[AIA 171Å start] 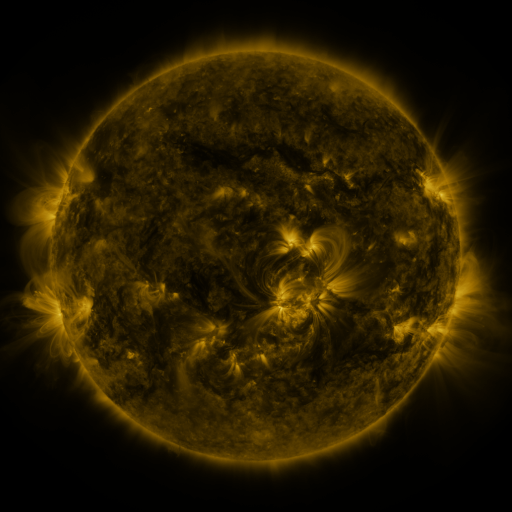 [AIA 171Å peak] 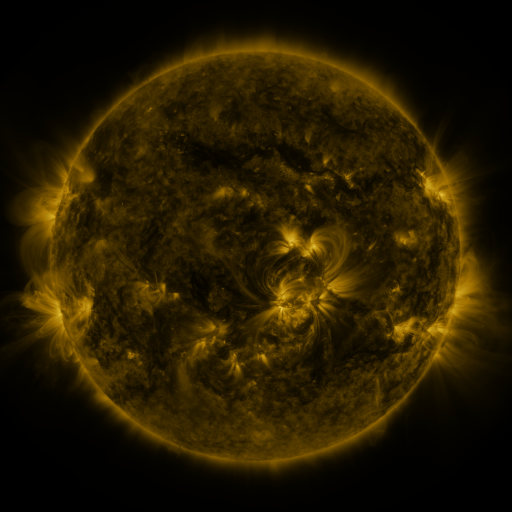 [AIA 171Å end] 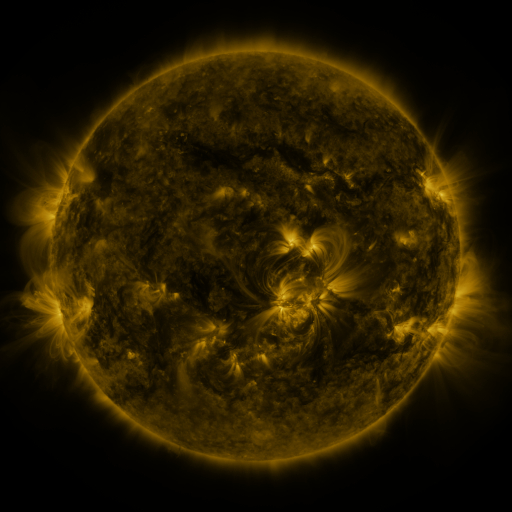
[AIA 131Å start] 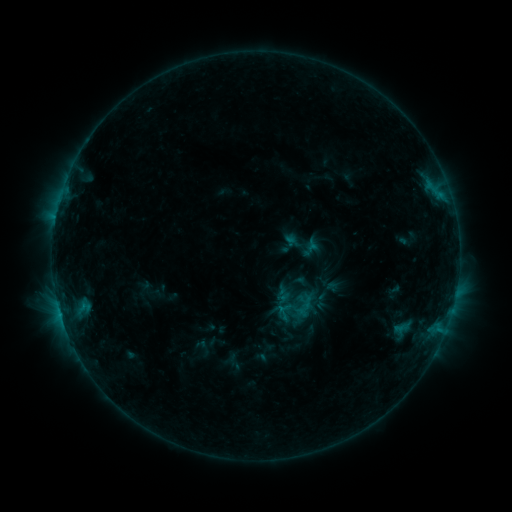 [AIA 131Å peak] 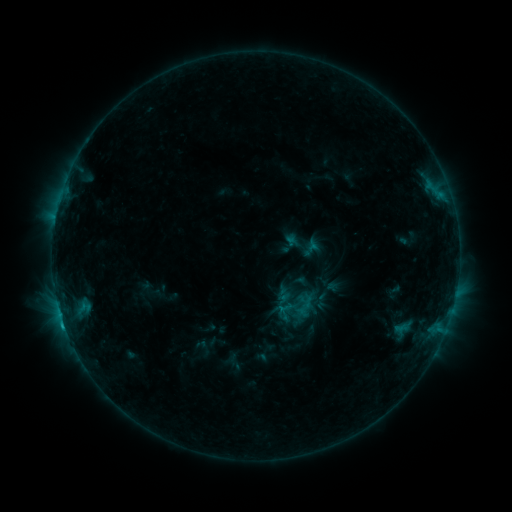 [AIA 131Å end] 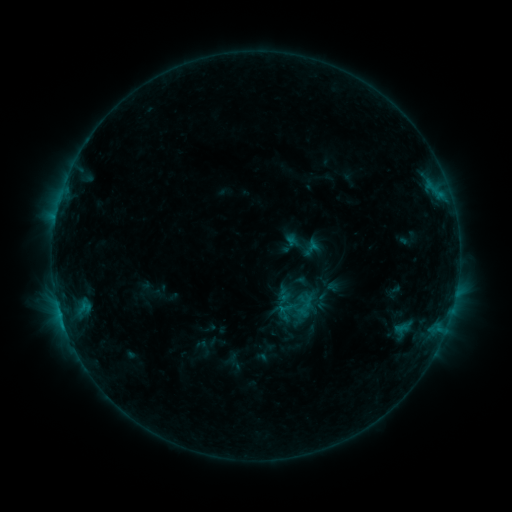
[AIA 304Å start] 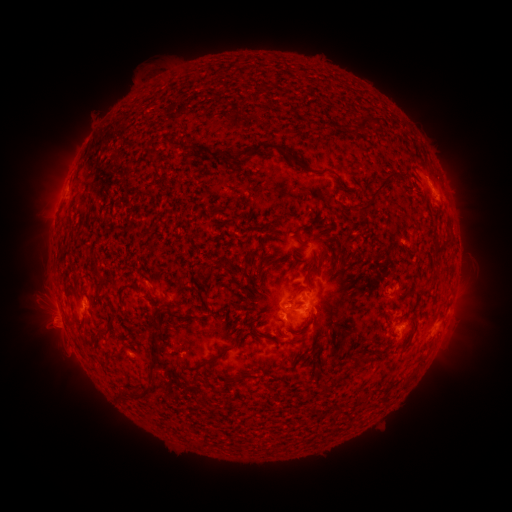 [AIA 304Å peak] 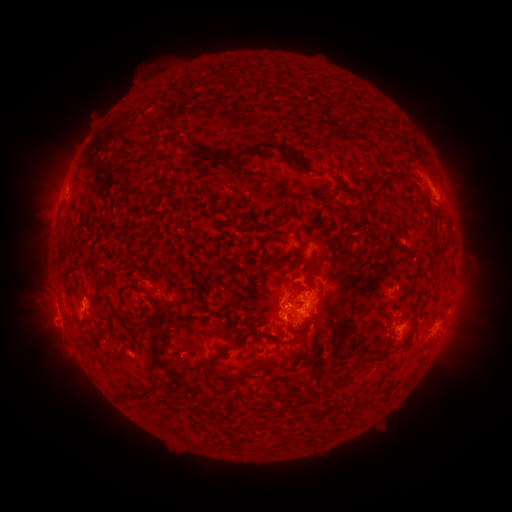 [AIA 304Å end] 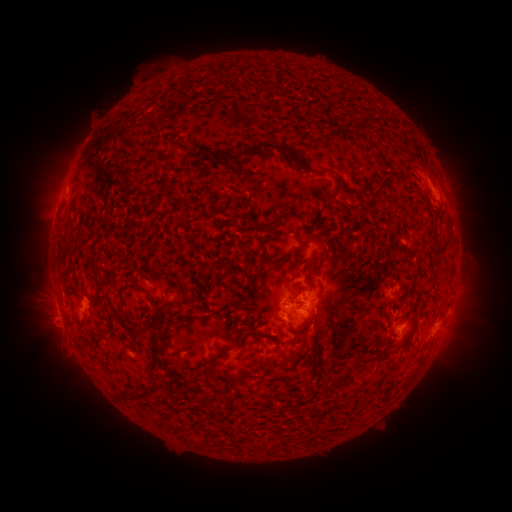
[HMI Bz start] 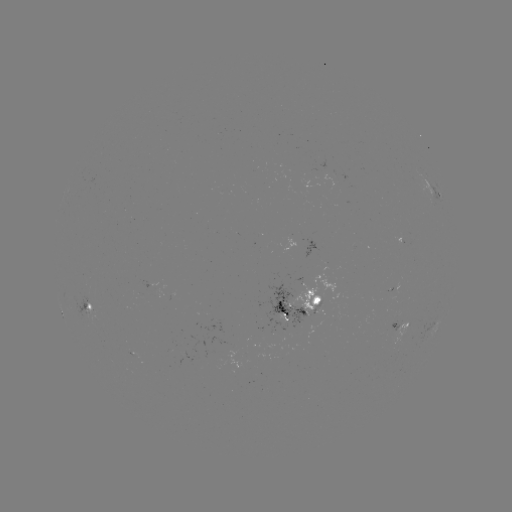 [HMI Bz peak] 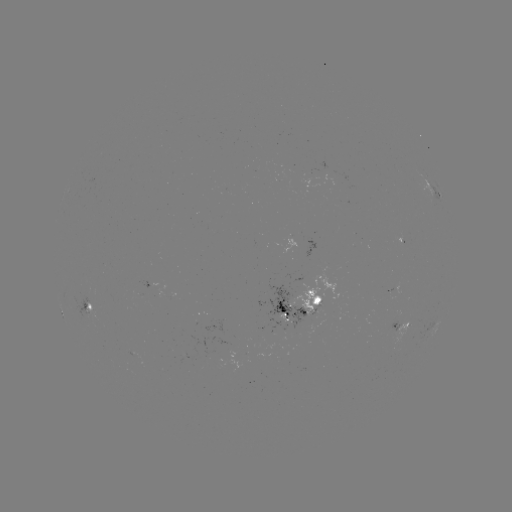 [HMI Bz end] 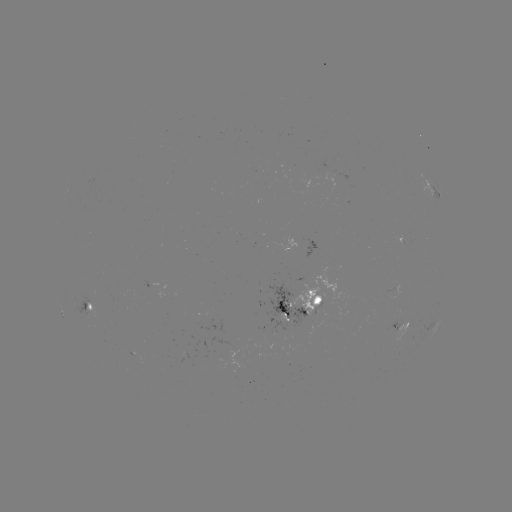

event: flare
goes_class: C1.0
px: (63, 322)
